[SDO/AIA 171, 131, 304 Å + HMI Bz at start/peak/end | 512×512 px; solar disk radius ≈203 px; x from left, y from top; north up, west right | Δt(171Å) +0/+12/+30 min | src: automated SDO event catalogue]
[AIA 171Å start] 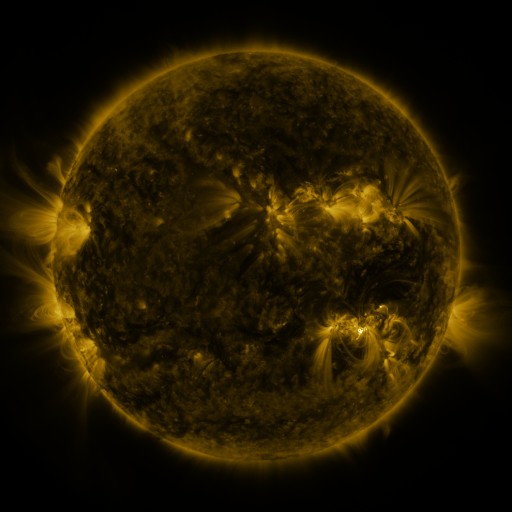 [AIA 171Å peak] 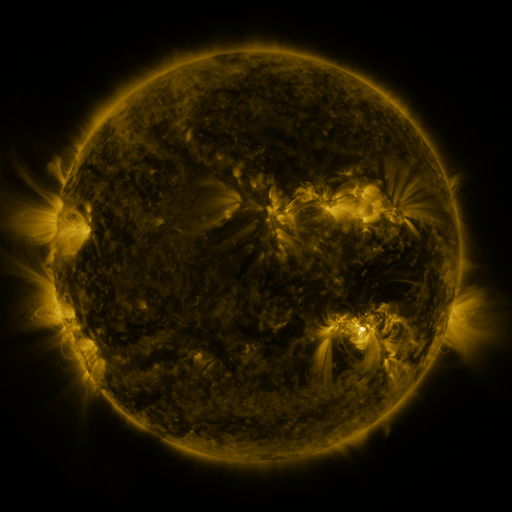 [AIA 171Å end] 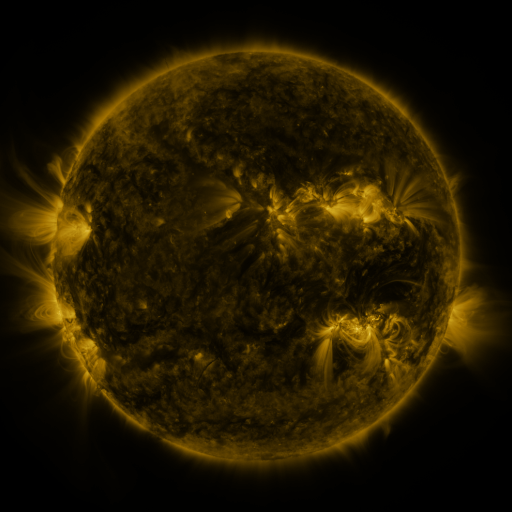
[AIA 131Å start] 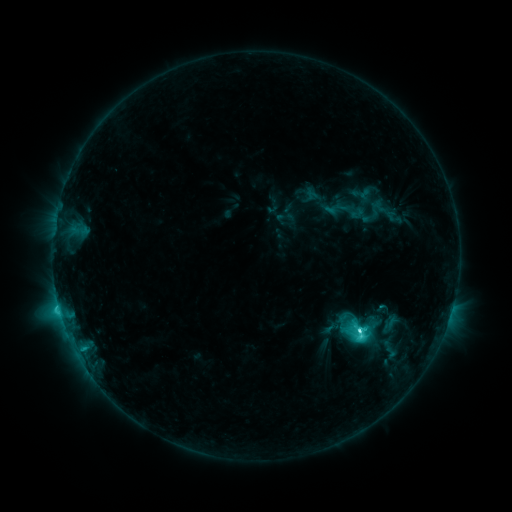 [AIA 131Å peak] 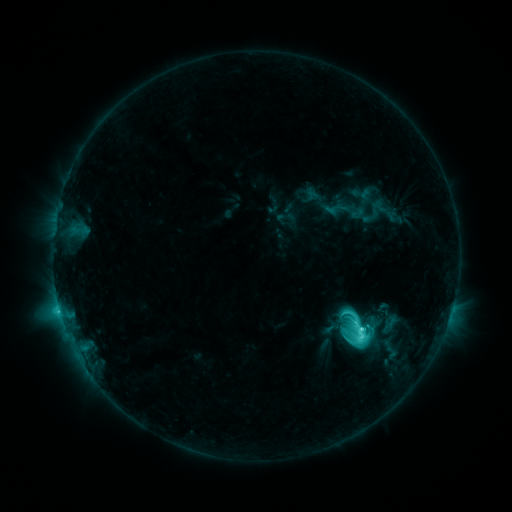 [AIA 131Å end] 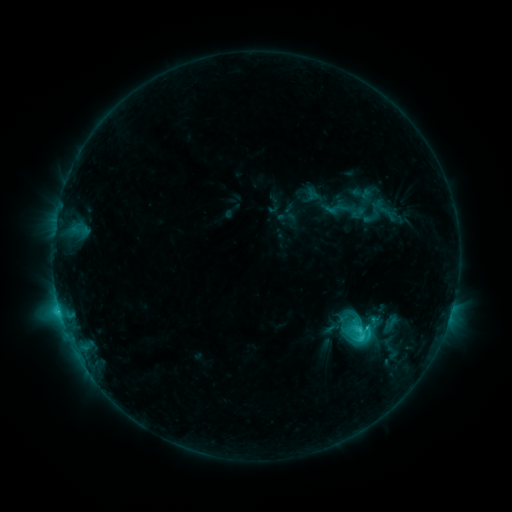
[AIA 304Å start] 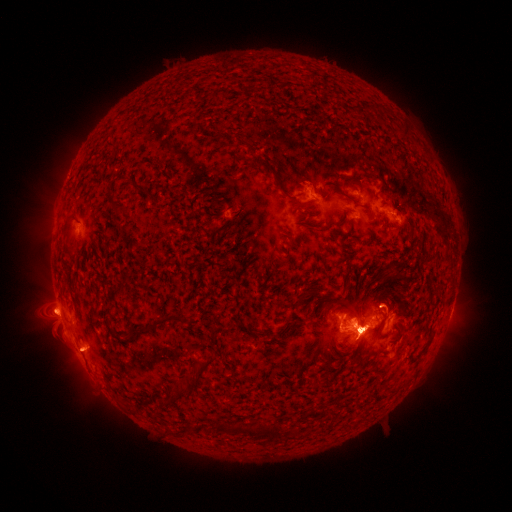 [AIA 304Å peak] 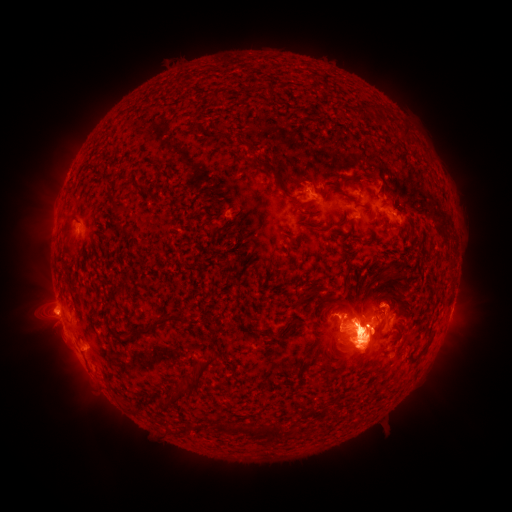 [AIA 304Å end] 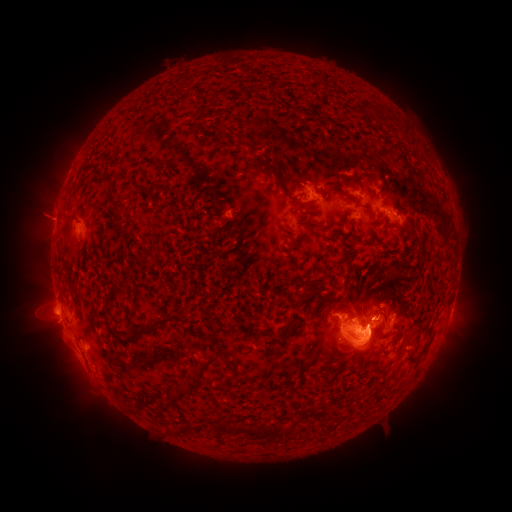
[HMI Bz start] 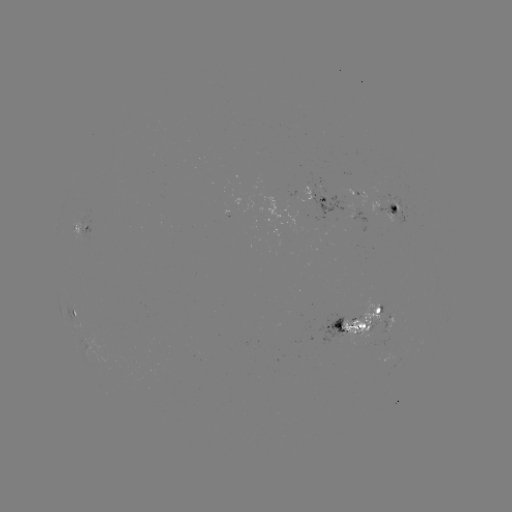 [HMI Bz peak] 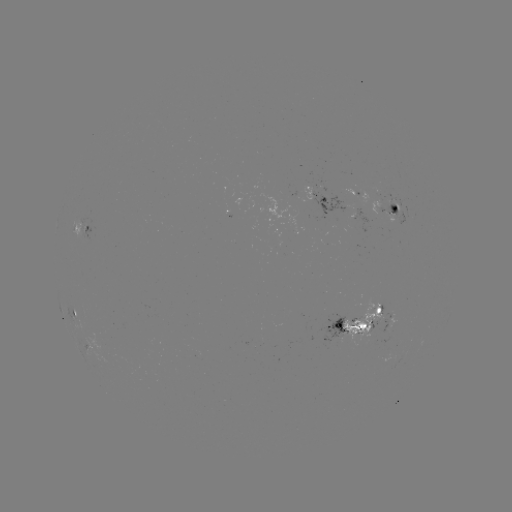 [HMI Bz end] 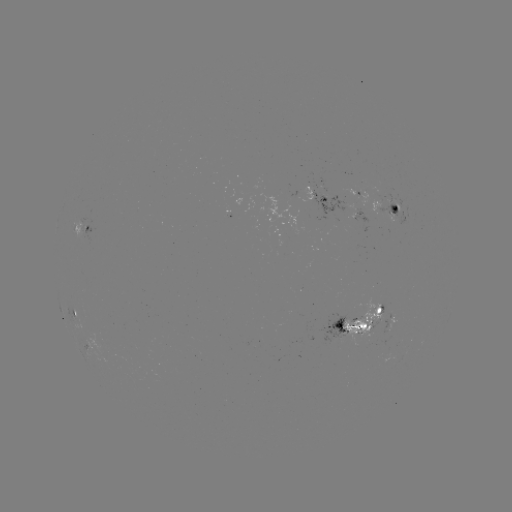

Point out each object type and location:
eruption: (363, 345)
